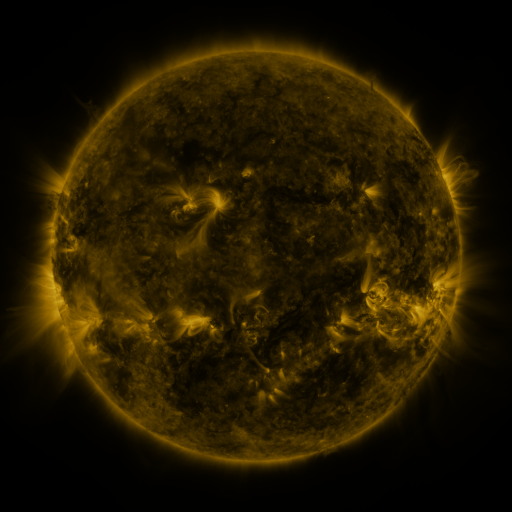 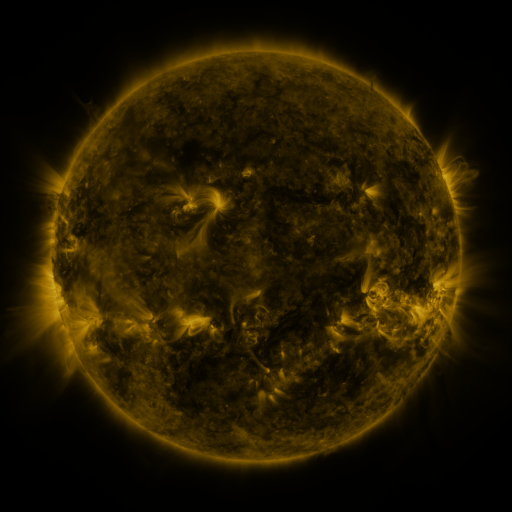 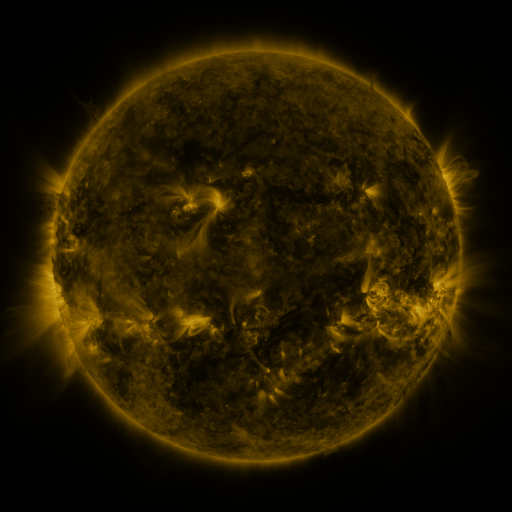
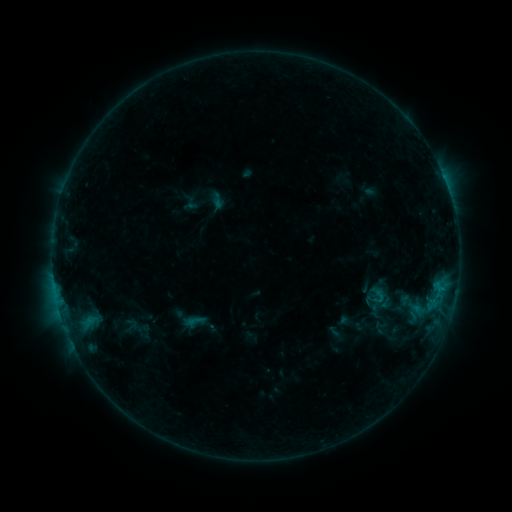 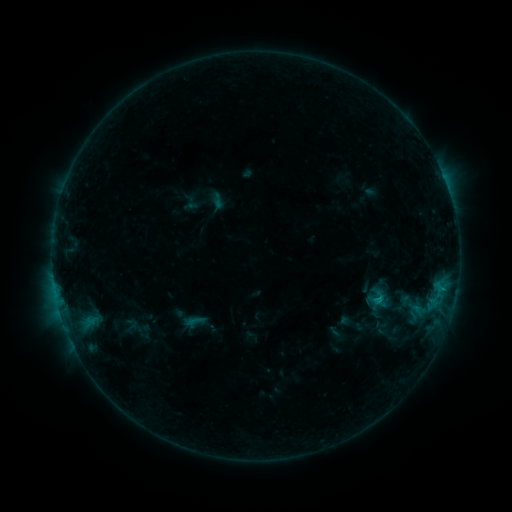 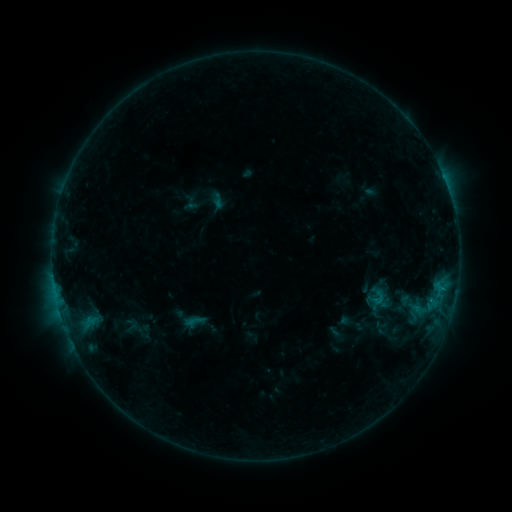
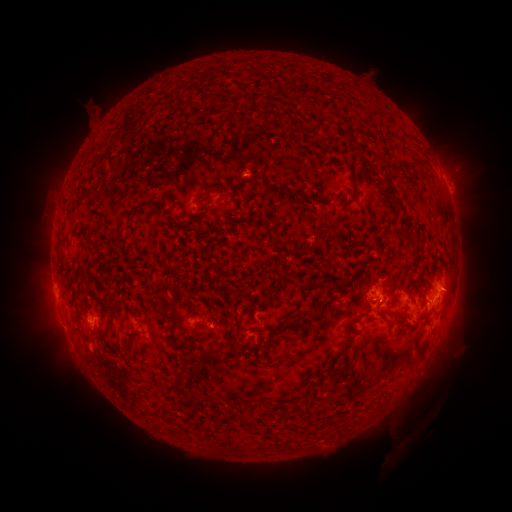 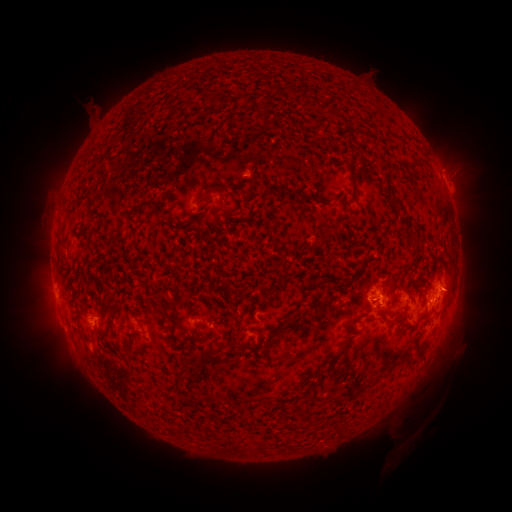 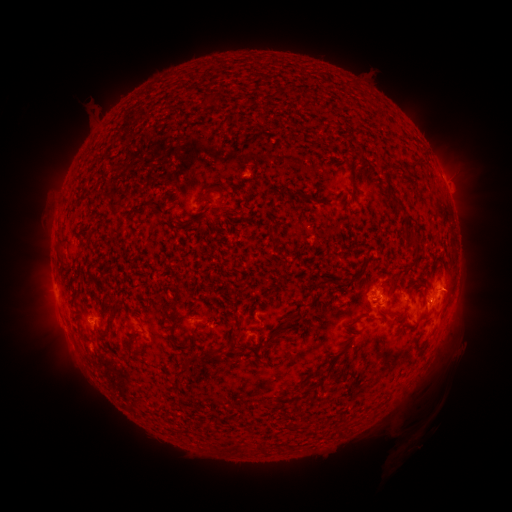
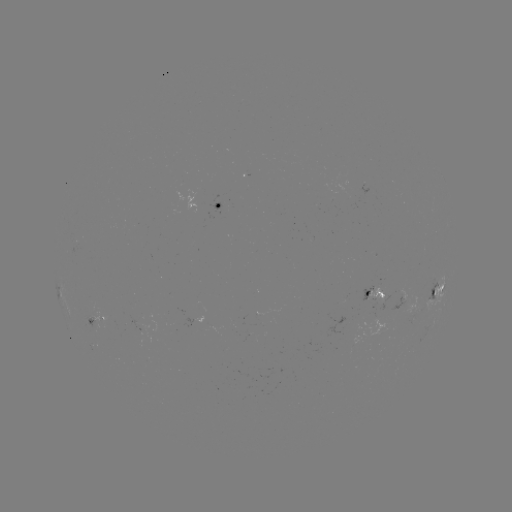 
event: flare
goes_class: B7.0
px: (377, 299)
